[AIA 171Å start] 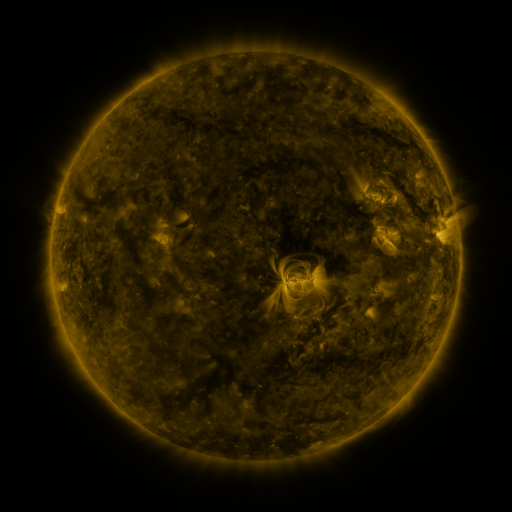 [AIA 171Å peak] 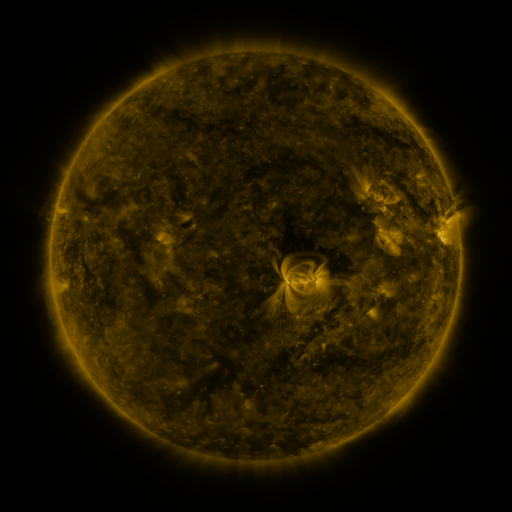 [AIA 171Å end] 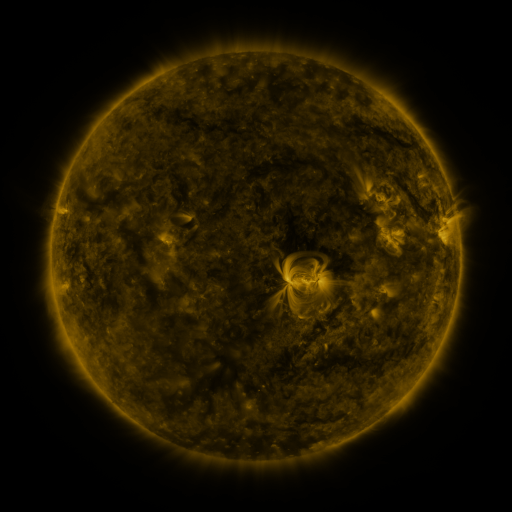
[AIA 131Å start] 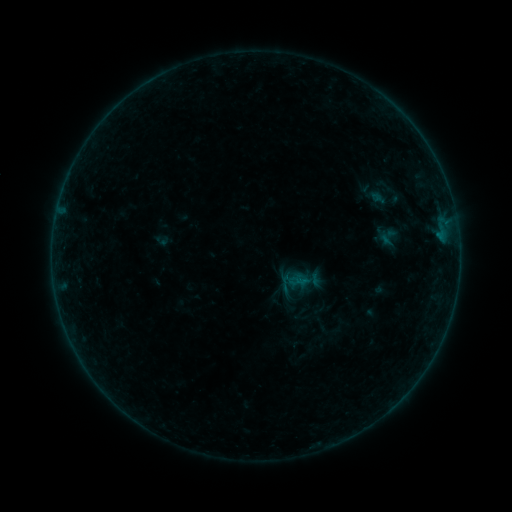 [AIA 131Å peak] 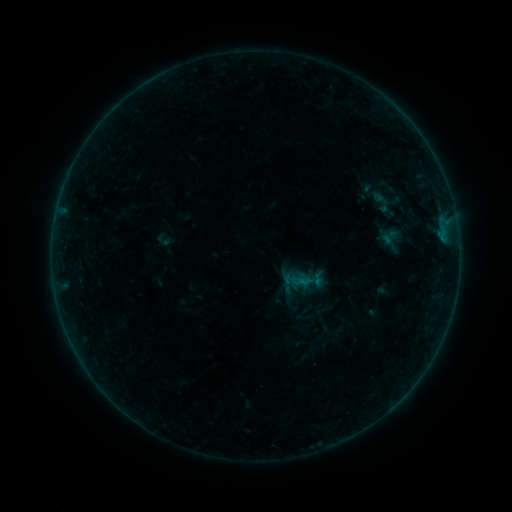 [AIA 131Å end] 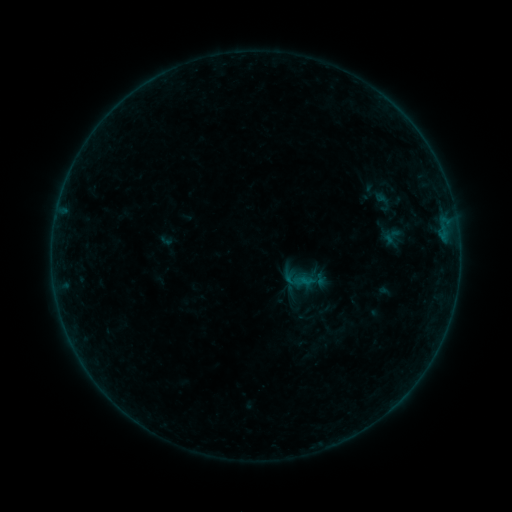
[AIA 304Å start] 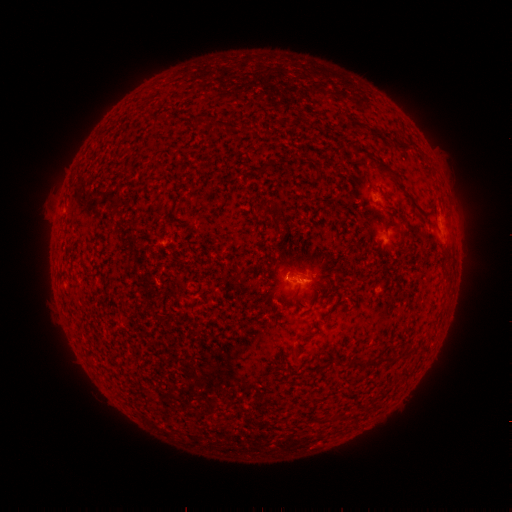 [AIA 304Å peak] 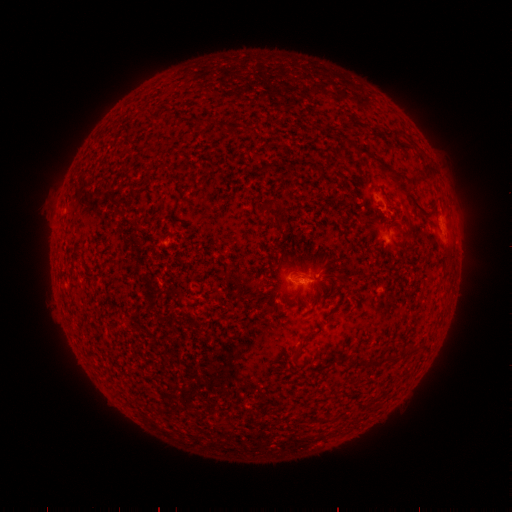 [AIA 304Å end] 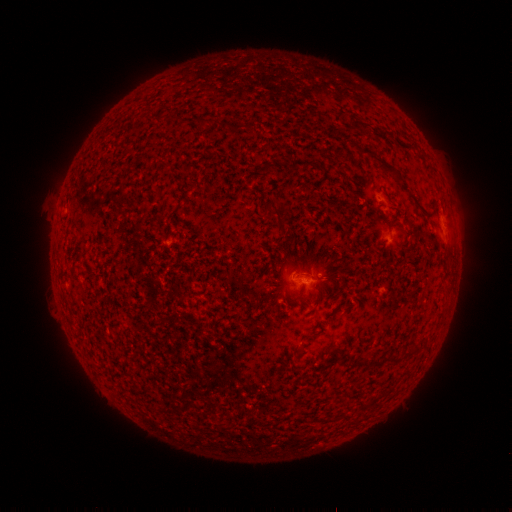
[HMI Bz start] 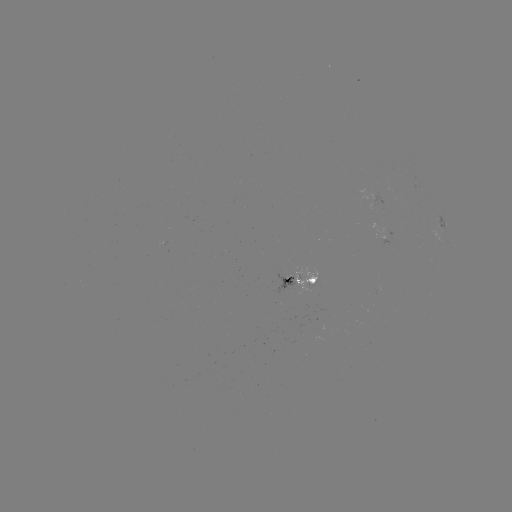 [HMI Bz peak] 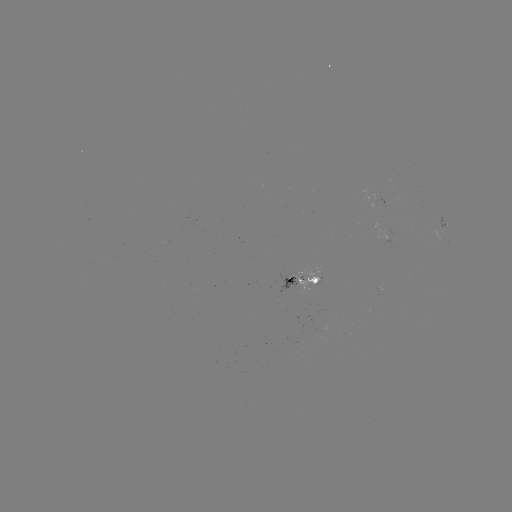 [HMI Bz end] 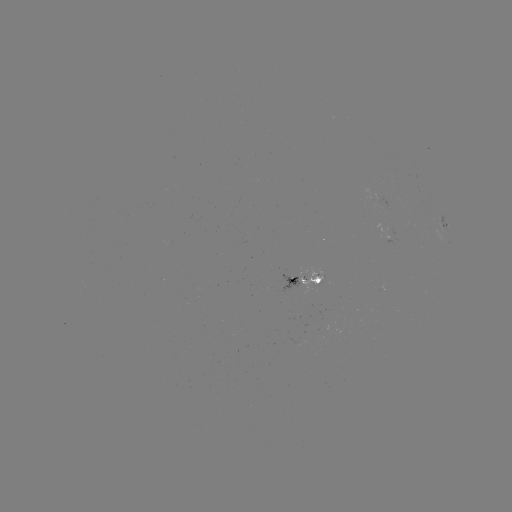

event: filament eruption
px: (418, 180)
